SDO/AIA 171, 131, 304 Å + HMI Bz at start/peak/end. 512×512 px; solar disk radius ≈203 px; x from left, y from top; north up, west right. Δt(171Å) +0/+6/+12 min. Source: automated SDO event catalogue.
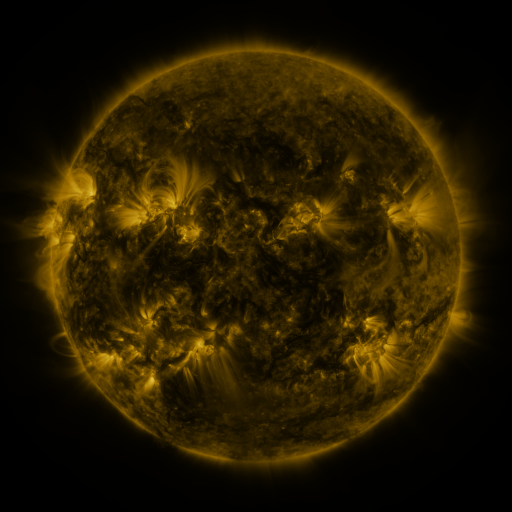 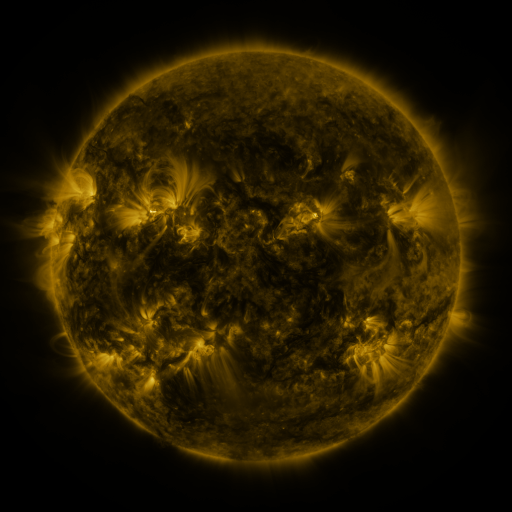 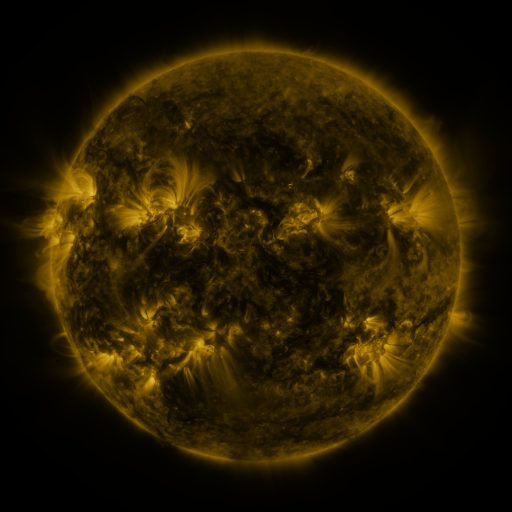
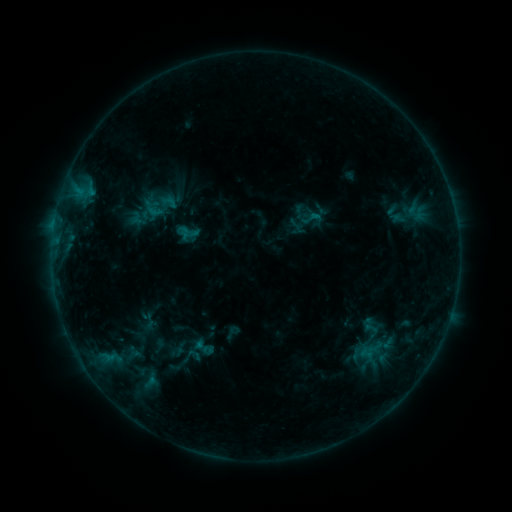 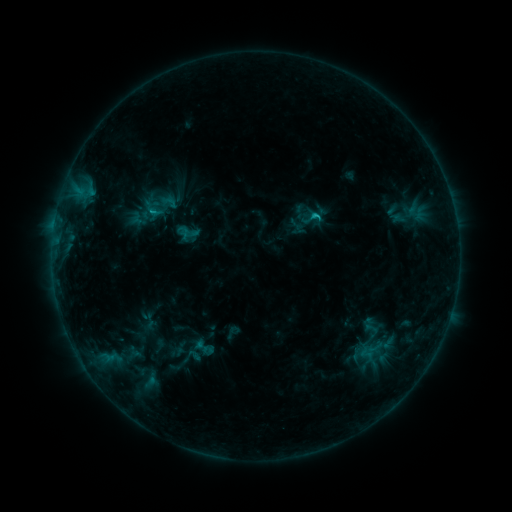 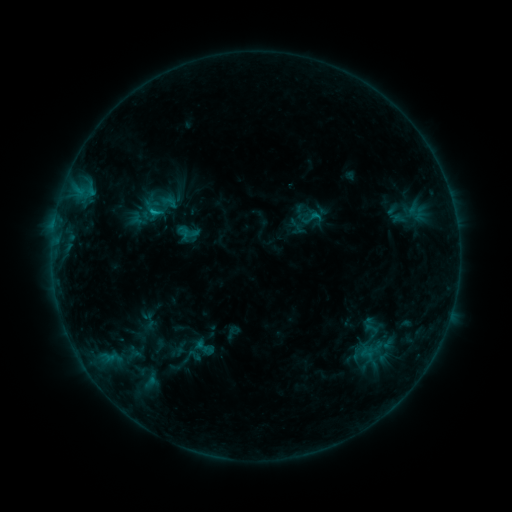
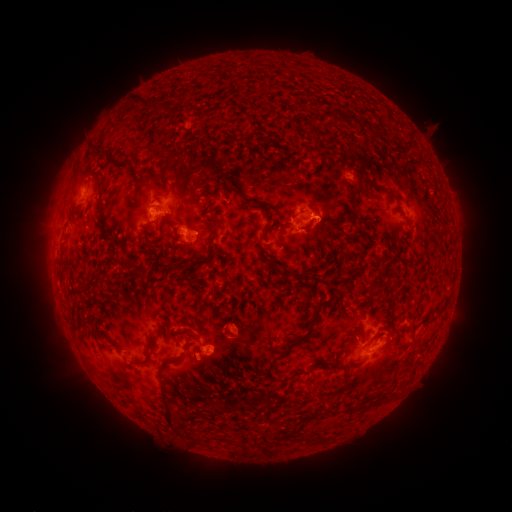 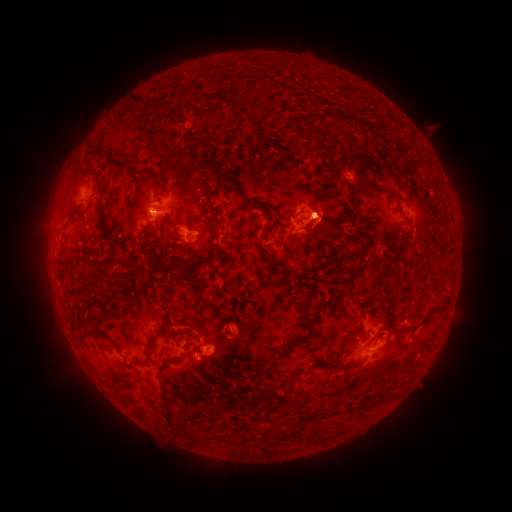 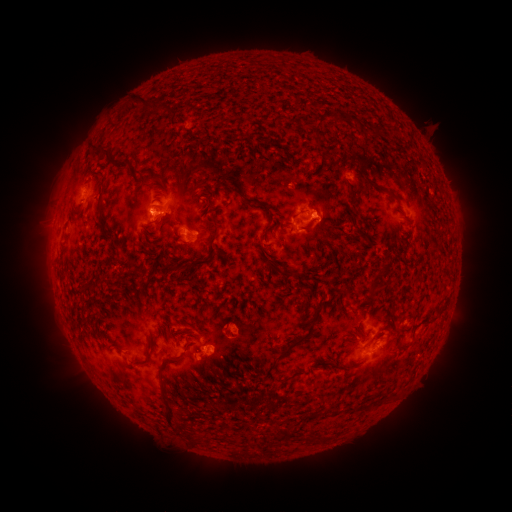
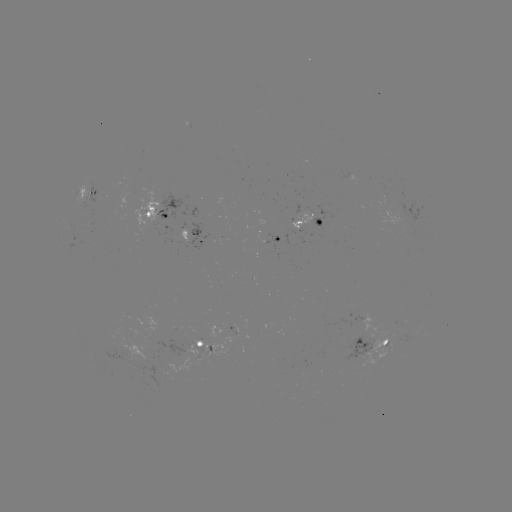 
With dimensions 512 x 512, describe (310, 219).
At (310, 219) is B8.2 flare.